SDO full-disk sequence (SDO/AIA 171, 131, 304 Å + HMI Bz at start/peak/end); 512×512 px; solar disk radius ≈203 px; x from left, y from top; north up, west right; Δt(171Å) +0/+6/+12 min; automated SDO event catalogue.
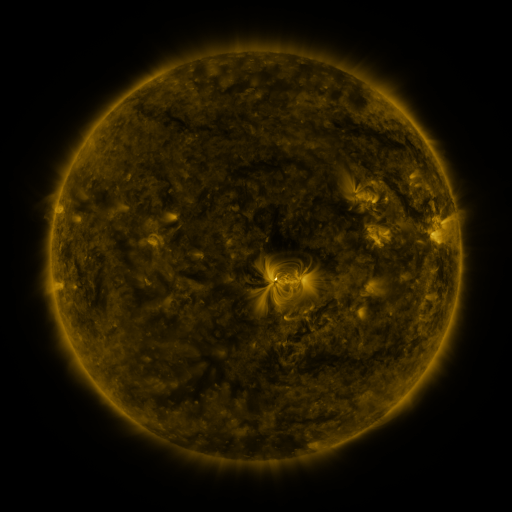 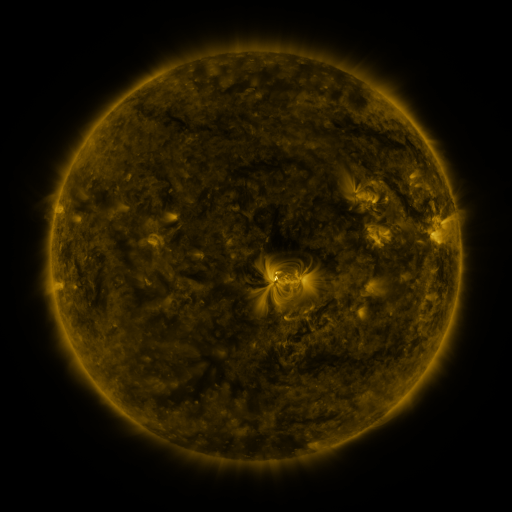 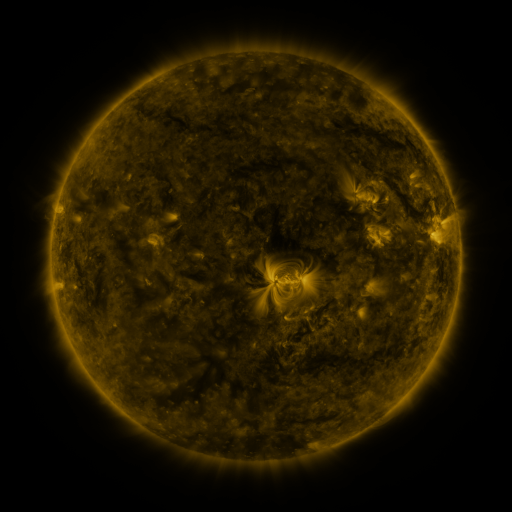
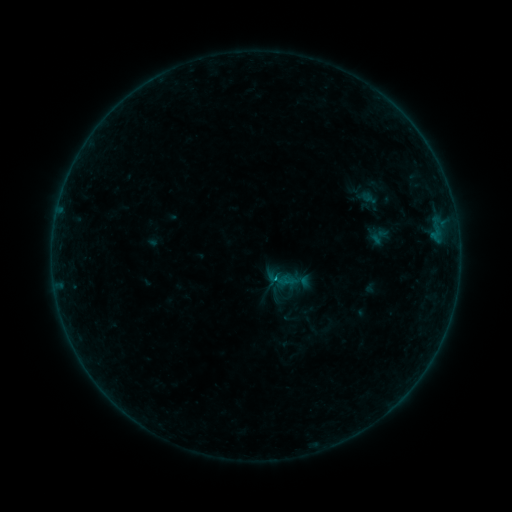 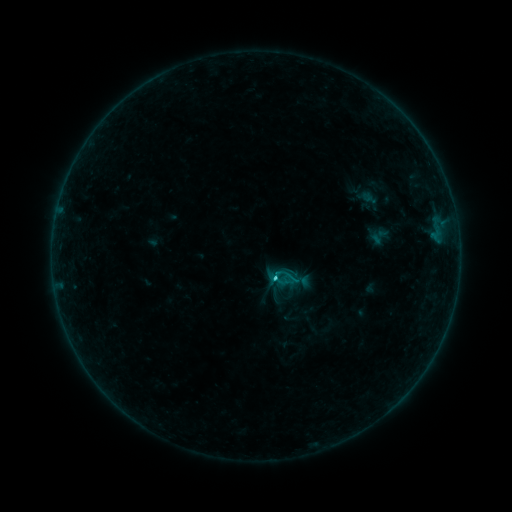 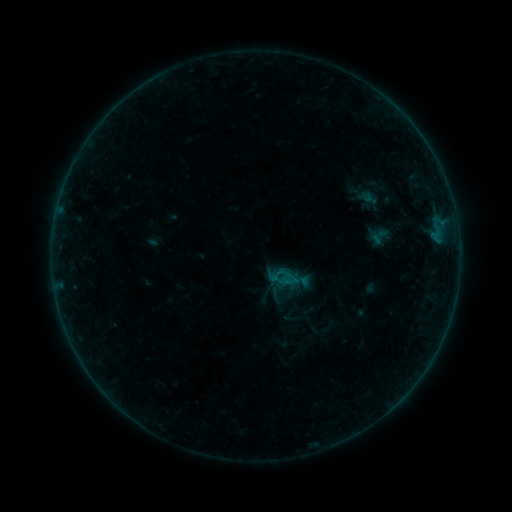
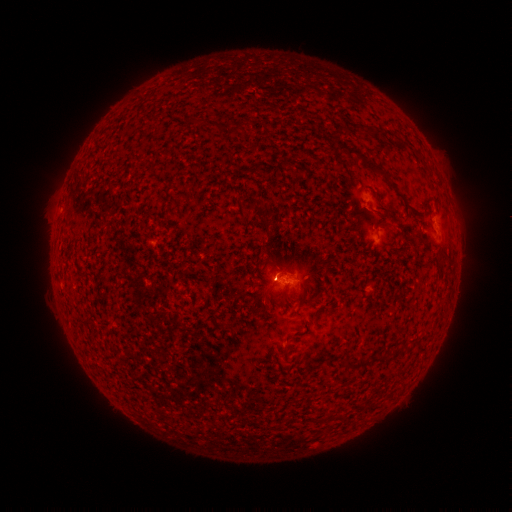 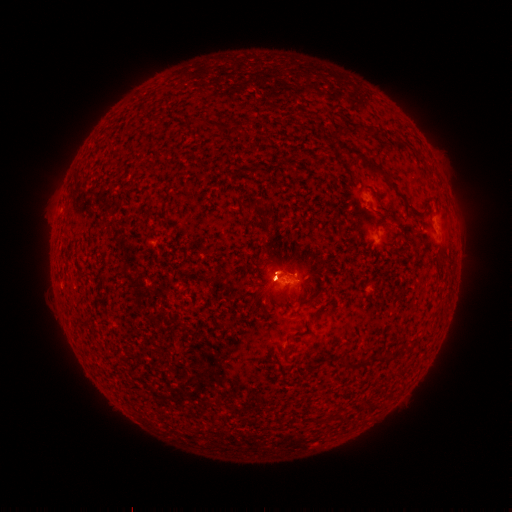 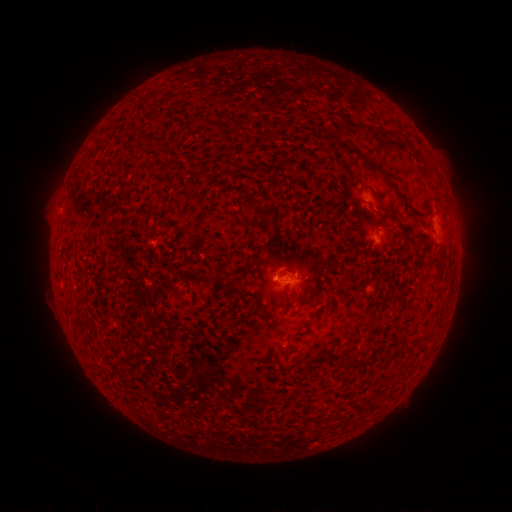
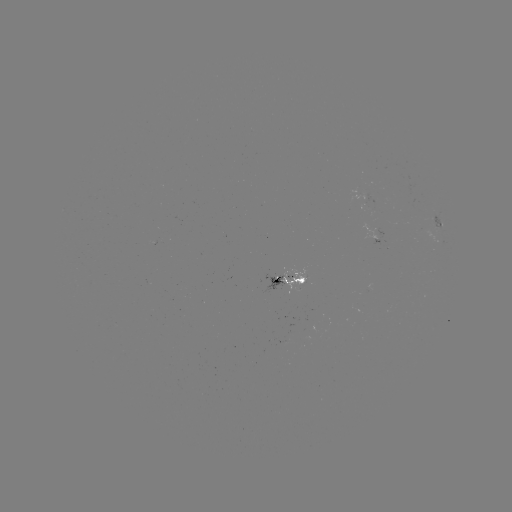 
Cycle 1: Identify eruption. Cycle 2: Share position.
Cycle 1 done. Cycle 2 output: [272, 263].